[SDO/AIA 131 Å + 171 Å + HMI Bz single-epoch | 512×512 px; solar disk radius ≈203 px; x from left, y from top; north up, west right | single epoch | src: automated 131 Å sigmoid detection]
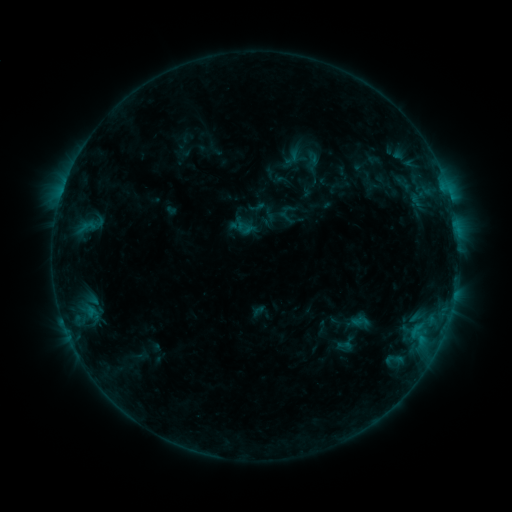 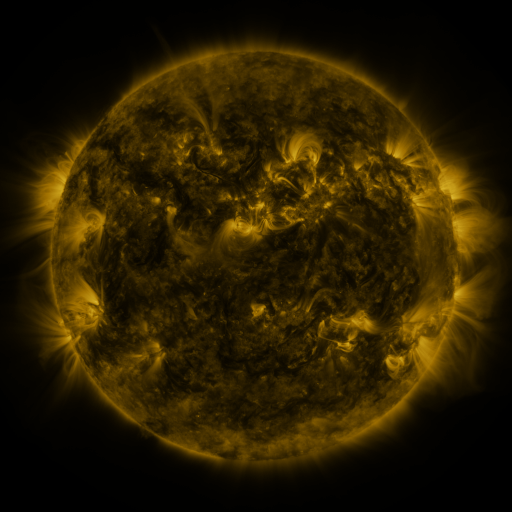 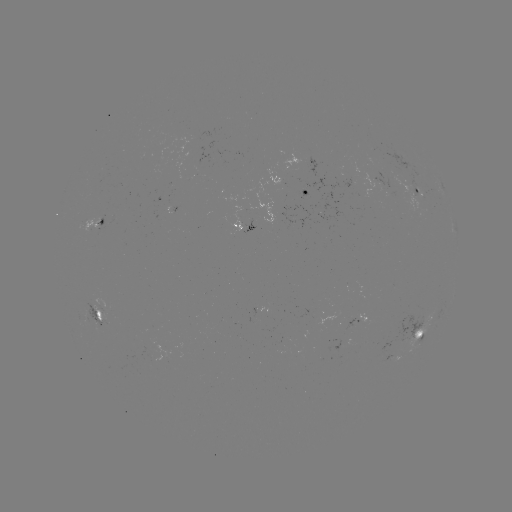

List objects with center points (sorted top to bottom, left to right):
sigmoid: [294, 148, 330, 174]
sigmoid: [248, 198, 265, 216]
